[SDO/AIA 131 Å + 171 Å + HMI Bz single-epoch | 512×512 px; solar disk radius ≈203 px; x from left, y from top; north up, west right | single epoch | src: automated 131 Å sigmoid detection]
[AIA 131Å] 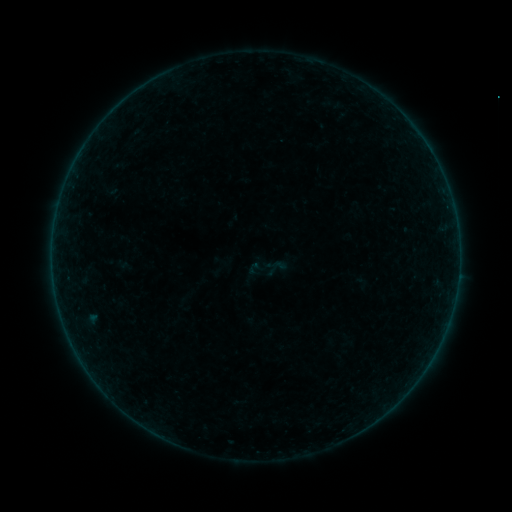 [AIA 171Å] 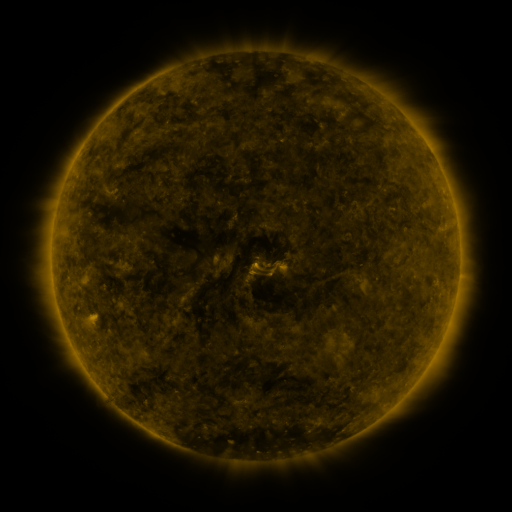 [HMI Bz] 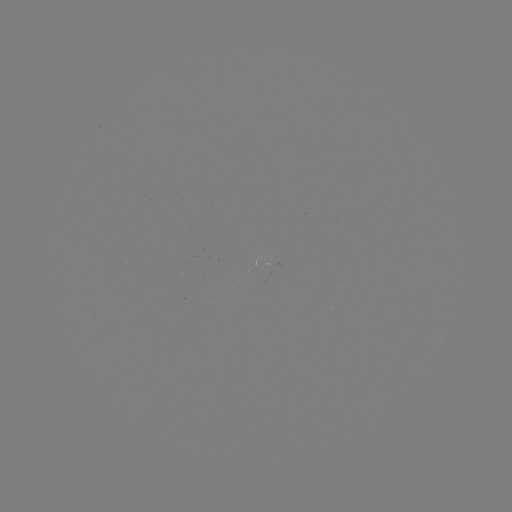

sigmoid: [266, 255, 287, 276]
